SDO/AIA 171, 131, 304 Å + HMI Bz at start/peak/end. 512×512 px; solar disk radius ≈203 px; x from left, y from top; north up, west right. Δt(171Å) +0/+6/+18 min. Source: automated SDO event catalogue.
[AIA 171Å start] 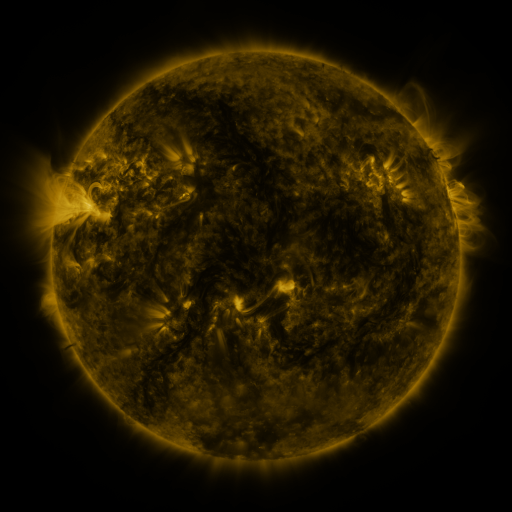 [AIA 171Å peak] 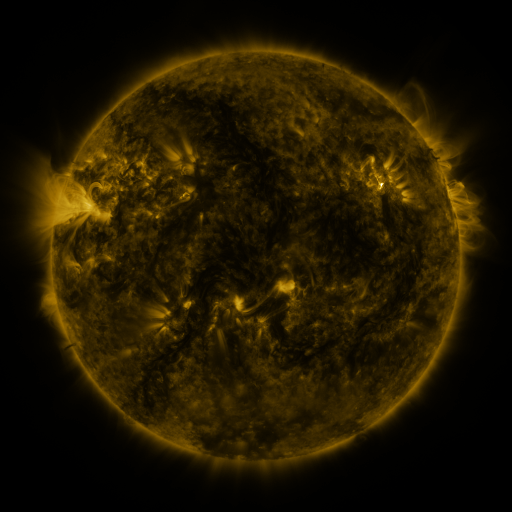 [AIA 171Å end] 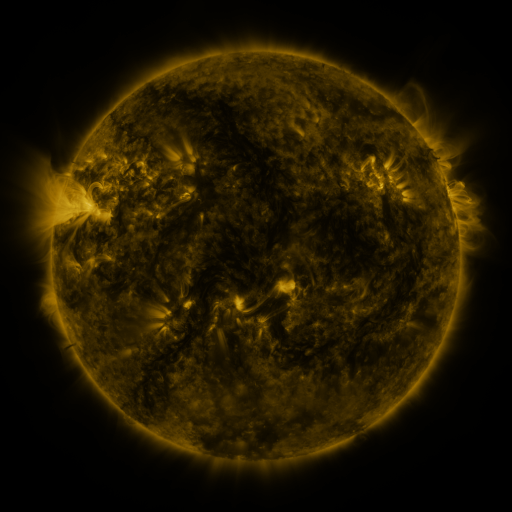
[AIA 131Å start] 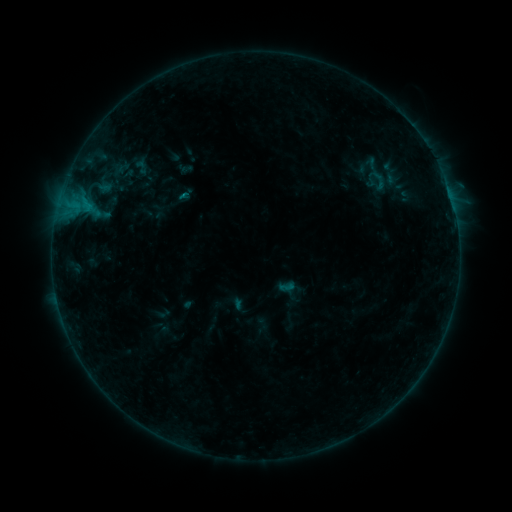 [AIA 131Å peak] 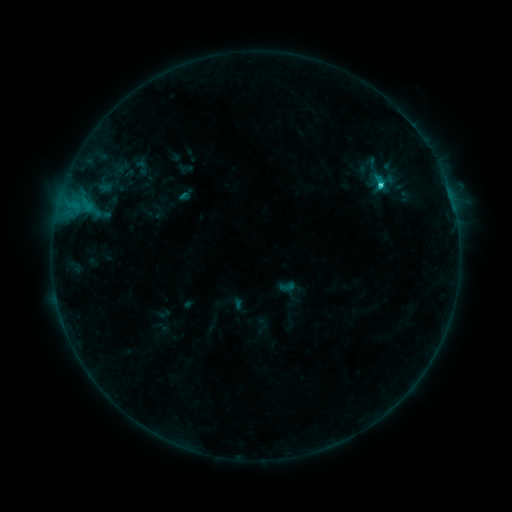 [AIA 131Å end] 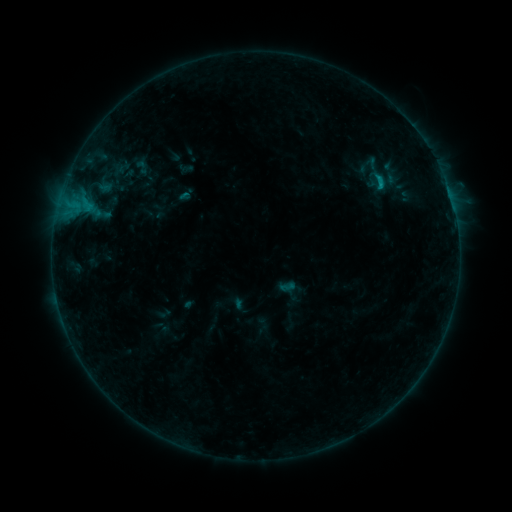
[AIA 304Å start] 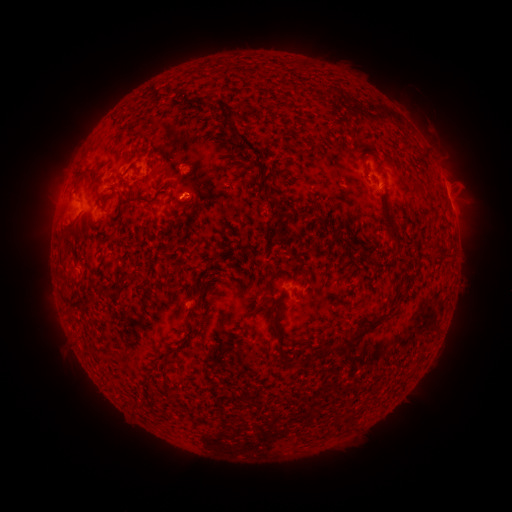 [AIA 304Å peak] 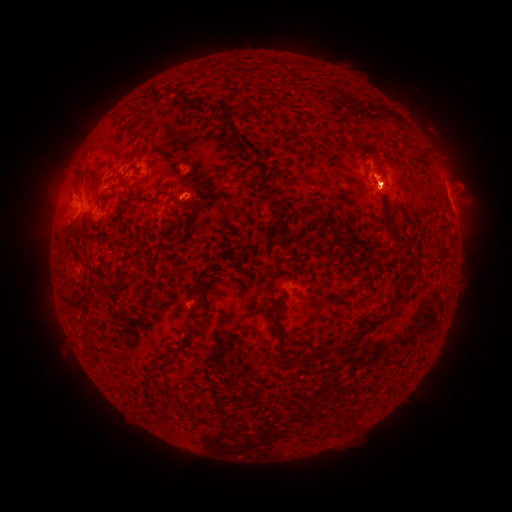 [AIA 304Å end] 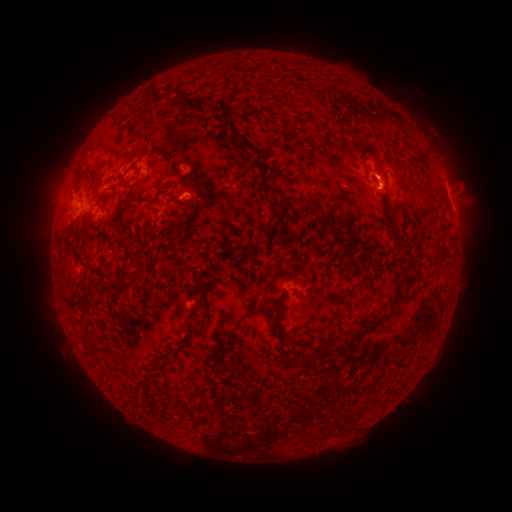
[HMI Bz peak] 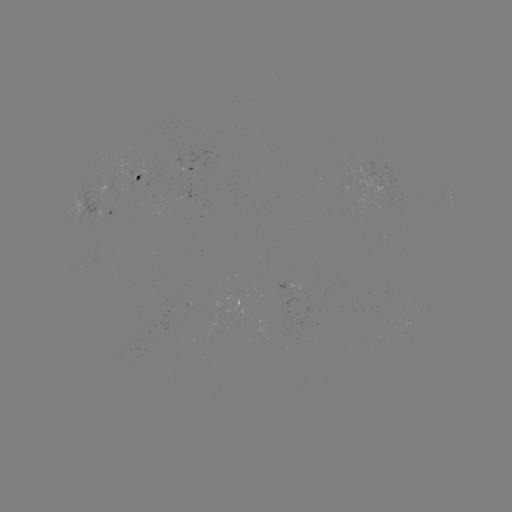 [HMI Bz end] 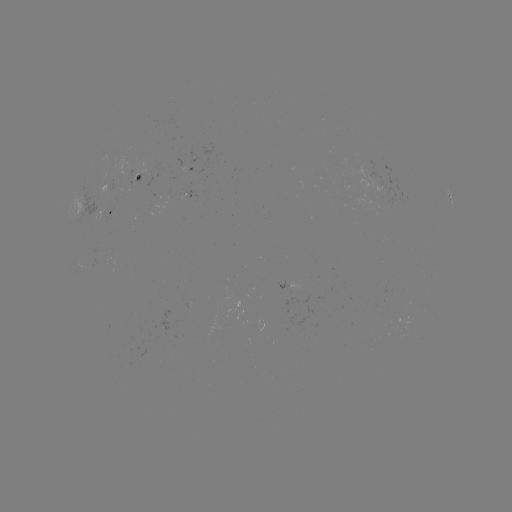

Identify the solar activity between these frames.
C1.3 flare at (380, 187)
